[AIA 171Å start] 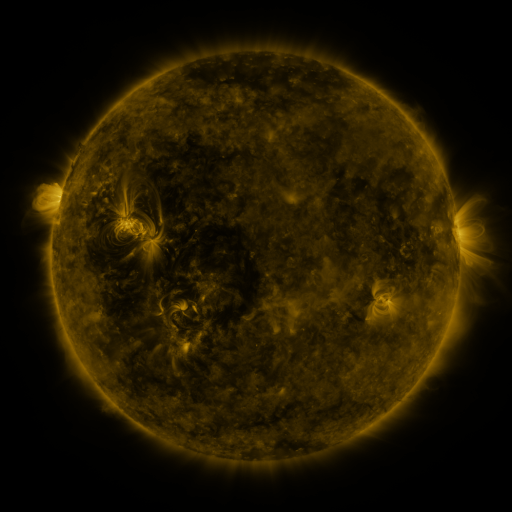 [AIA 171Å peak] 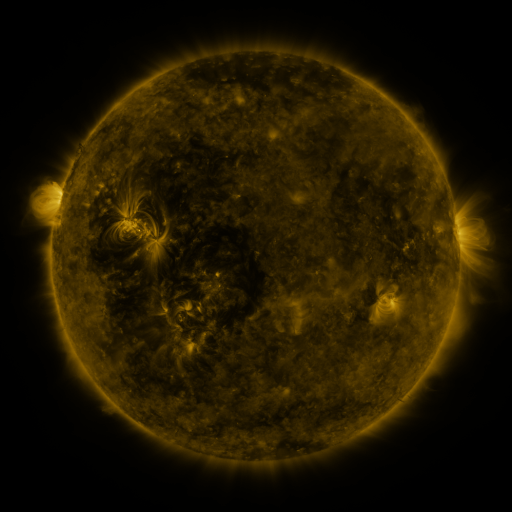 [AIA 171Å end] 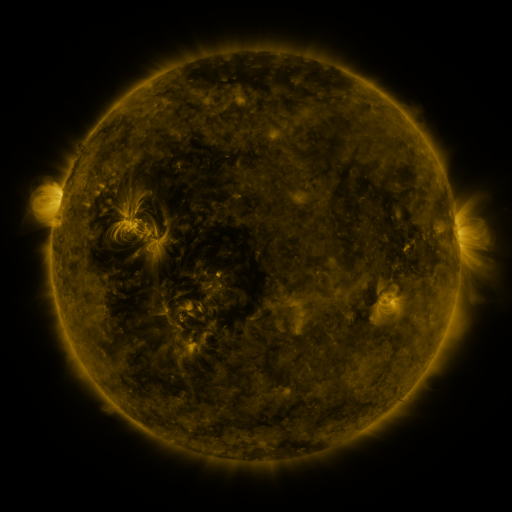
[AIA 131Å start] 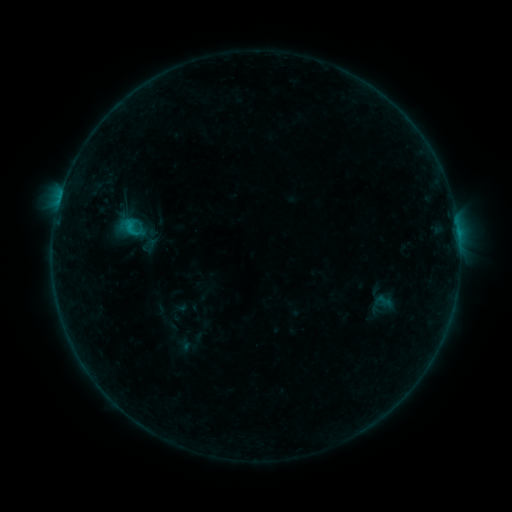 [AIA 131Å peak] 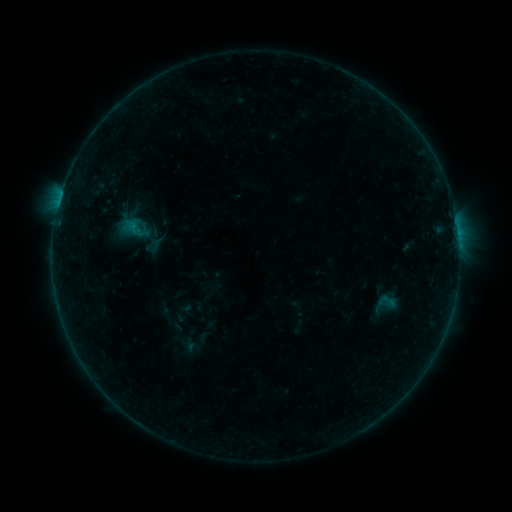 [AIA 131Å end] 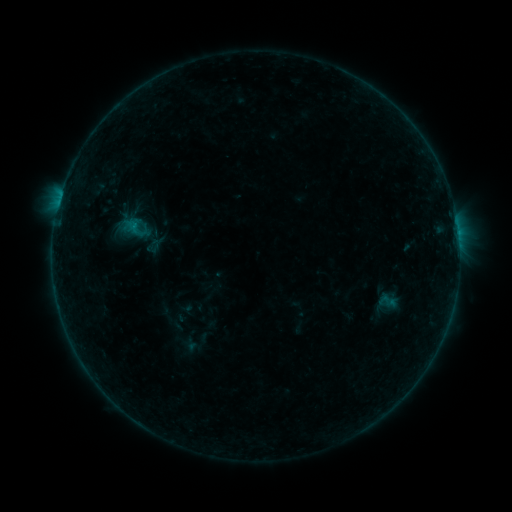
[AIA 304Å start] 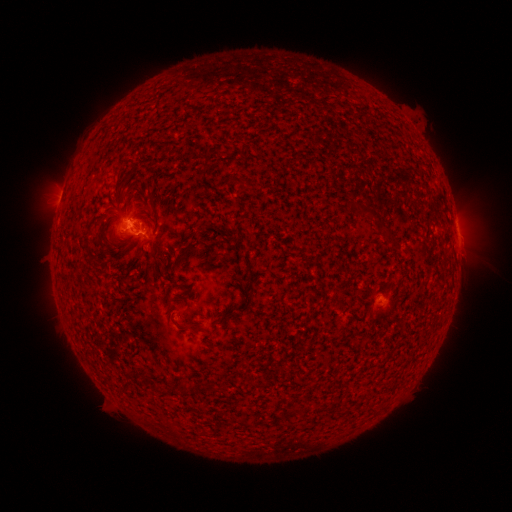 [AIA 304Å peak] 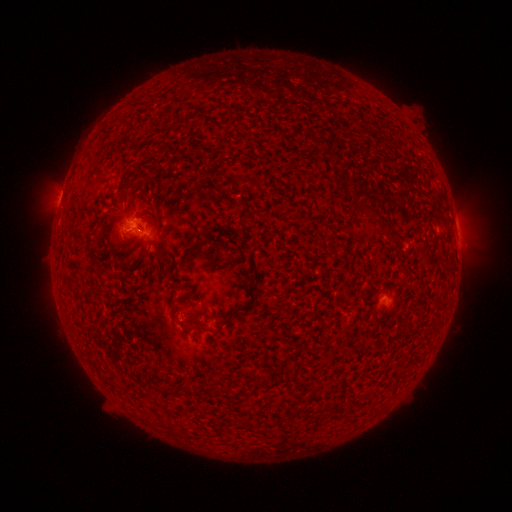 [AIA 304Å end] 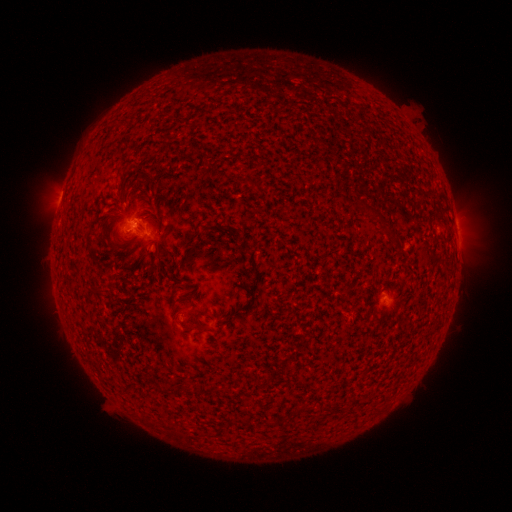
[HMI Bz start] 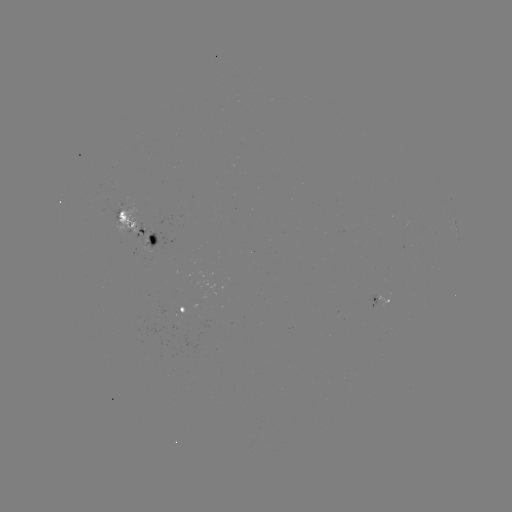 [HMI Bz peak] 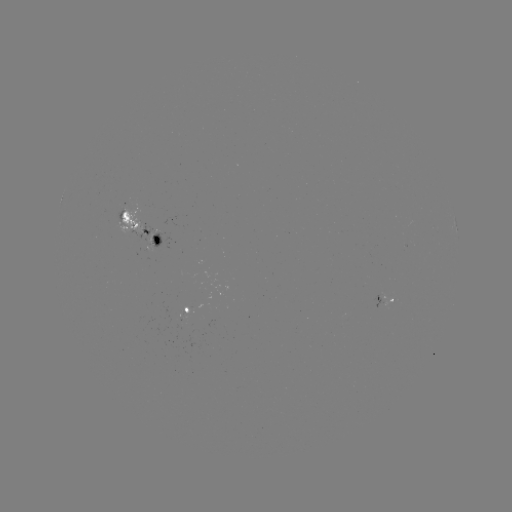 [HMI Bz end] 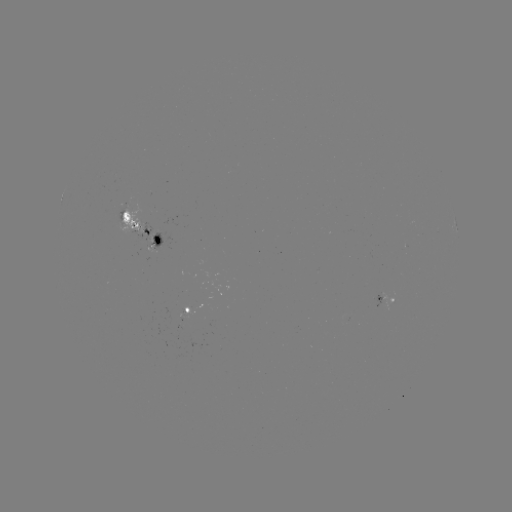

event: emerging-flux region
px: (148, 241)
